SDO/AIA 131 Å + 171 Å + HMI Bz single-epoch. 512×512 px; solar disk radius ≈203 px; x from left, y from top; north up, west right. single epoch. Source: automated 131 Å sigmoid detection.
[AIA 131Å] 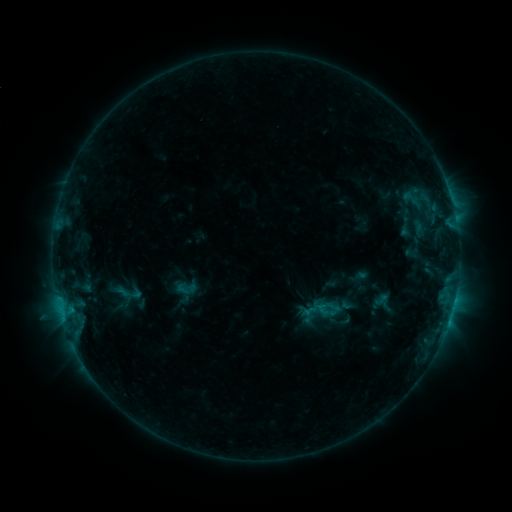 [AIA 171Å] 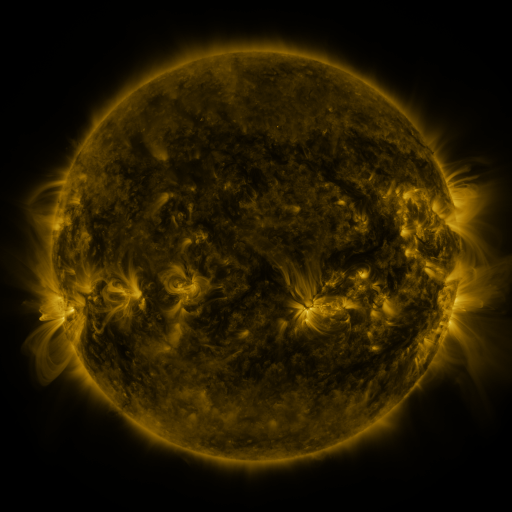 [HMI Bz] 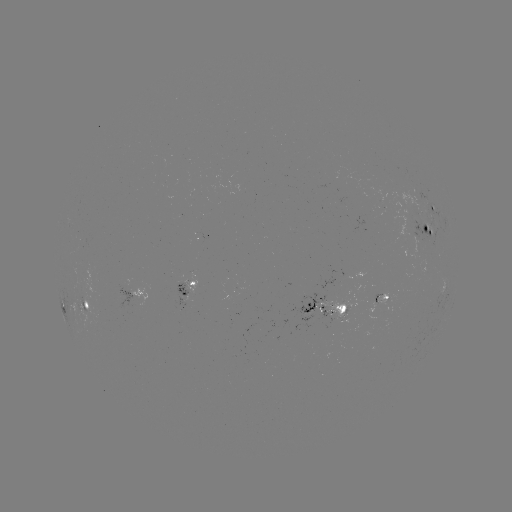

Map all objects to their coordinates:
sigmoid: [172, 274, 200, 299]
sigmoid: [316, 297, 335, 317]
